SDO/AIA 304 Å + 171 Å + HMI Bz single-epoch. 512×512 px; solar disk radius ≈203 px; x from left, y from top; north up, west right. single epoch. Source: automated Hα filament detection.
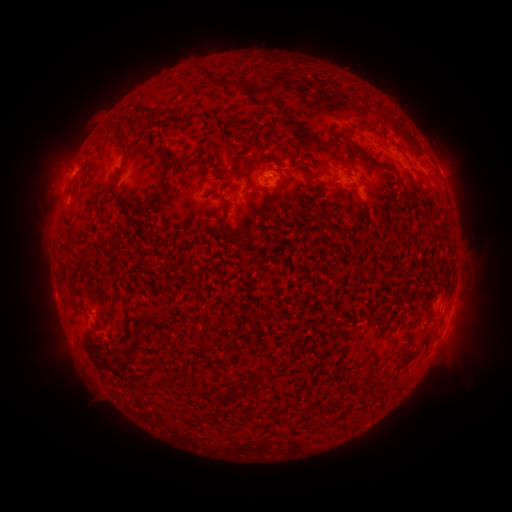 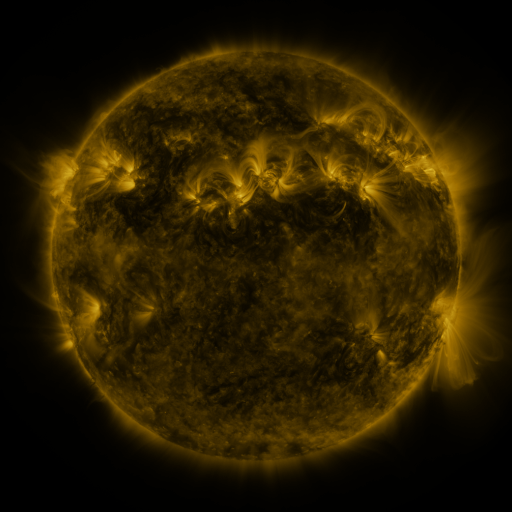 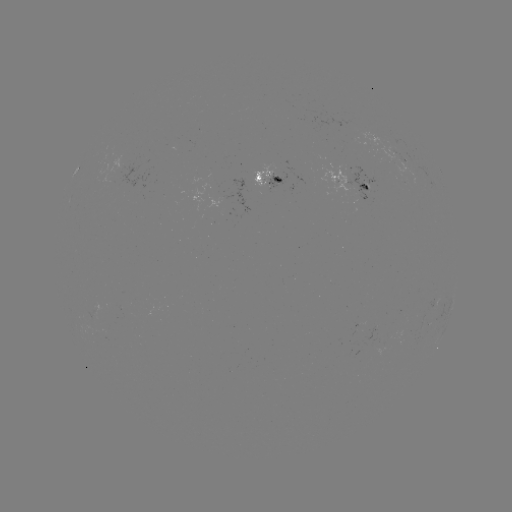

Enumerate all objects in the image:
filament: (240, 87)
filament: (315, 144)
filament: (126, 145)
filament: (371, 162)
filament: (225, 174)
filament: (166, 187)
filament: (117, 193)
filament: (148, 208)
filament: (366, 215)
filament: (224, 218)
filament: (236, 232)
filament: (113, 299)
filament: (107, 317)
filament: (71, 319)
filament: (415, 319)
filament: (126, 322)
filament: (232, 391)
